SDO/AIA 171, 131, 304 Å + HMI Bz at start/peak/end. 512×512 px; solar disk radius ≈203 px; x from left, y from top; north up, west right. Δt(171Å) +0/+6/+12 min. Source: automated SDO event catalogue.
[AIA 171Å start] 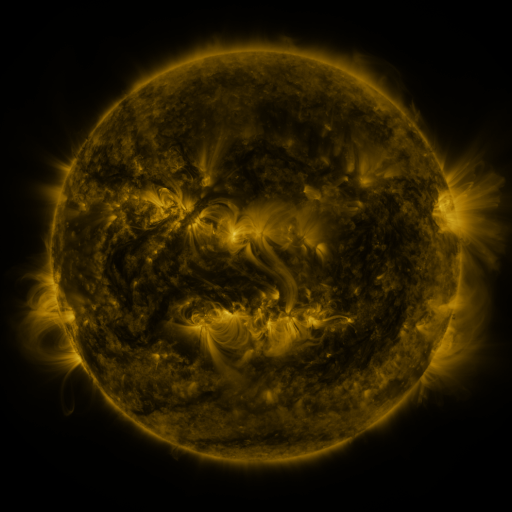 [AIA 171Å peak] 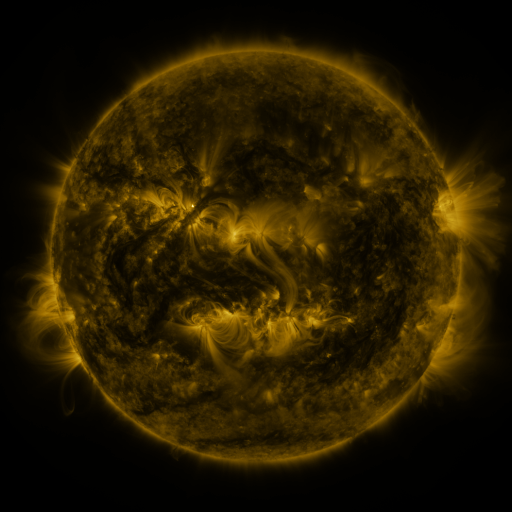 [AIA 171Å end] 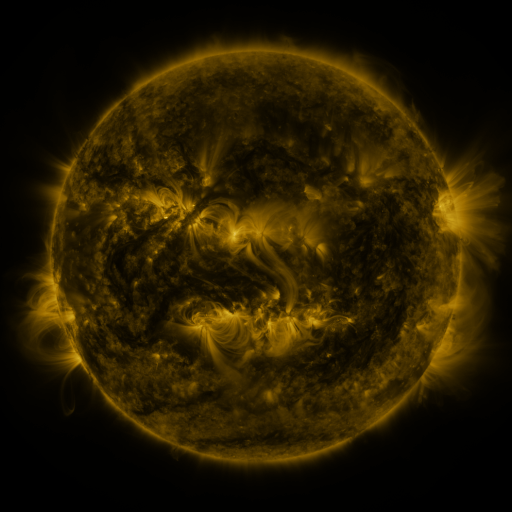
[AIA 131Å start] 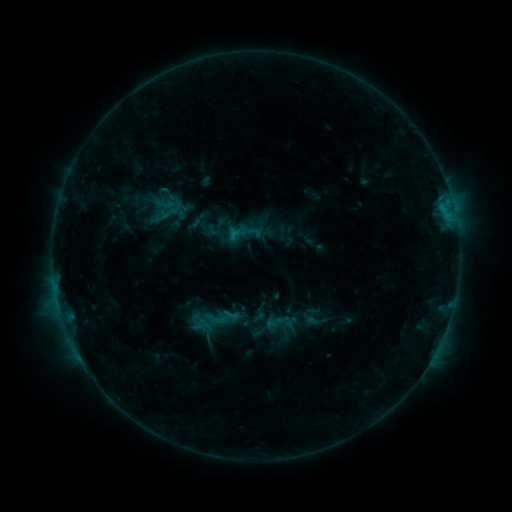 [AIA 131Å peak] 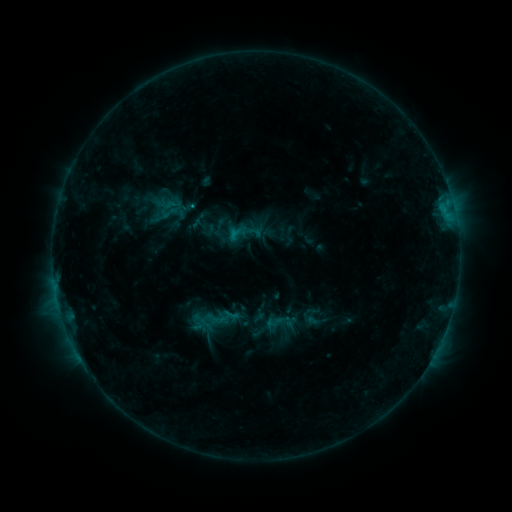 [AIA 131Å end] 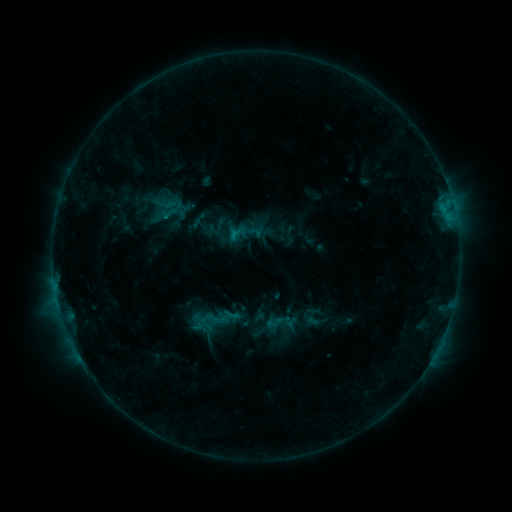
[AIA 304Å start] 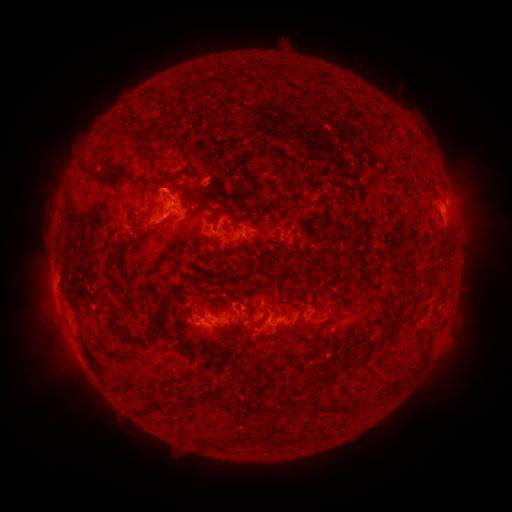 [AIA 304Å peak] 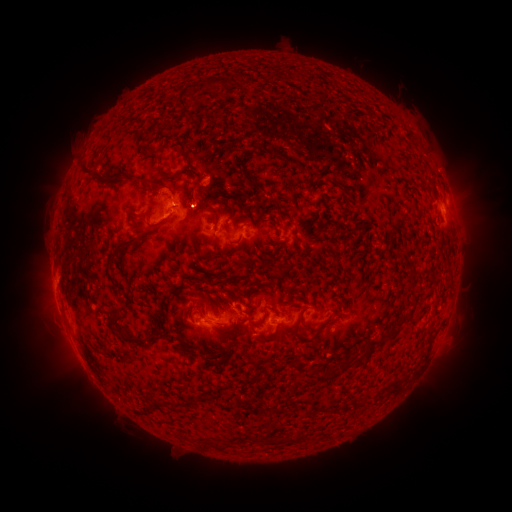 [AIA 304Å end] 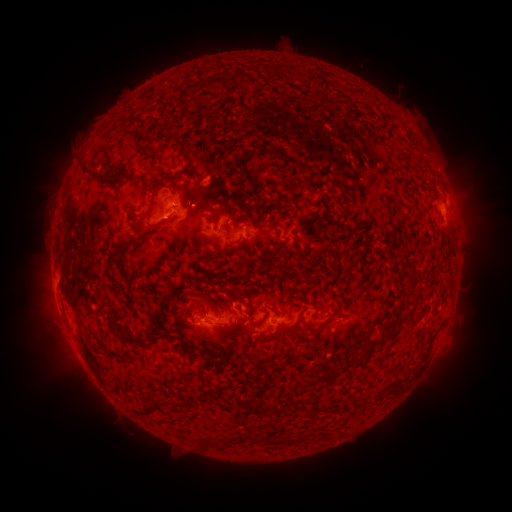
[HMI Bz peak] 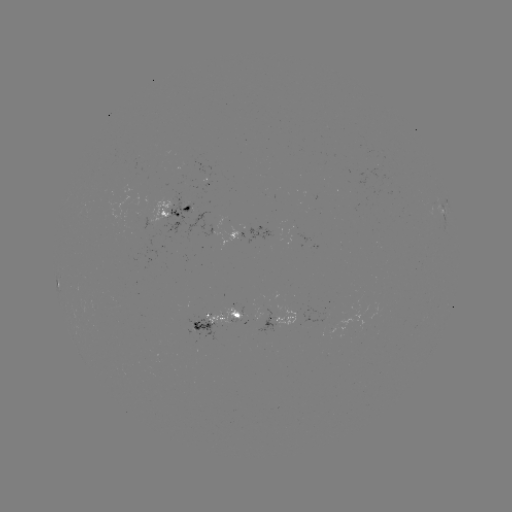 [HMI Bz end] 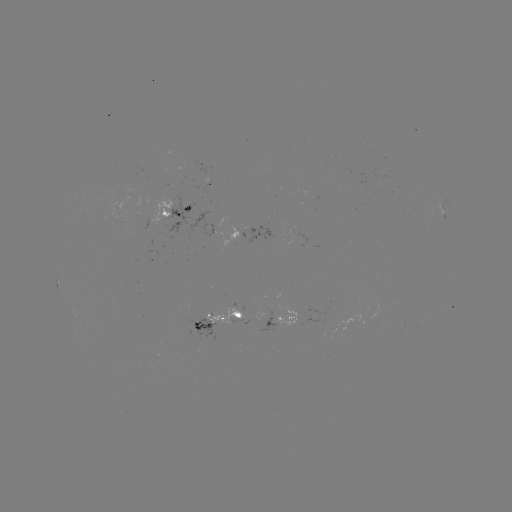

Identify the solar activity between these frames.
eruption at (198, 199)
